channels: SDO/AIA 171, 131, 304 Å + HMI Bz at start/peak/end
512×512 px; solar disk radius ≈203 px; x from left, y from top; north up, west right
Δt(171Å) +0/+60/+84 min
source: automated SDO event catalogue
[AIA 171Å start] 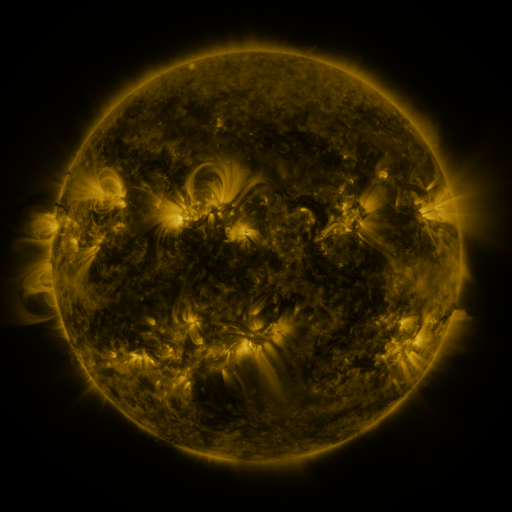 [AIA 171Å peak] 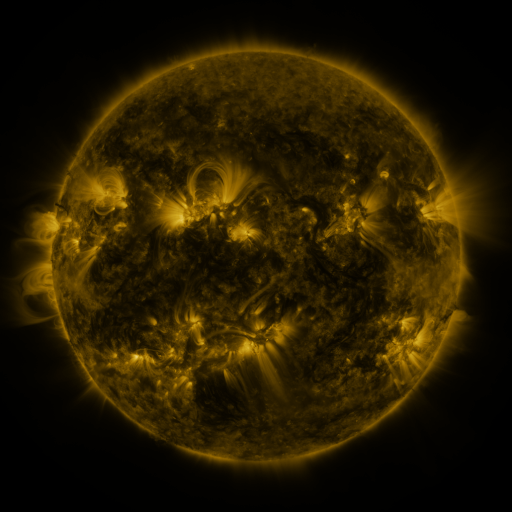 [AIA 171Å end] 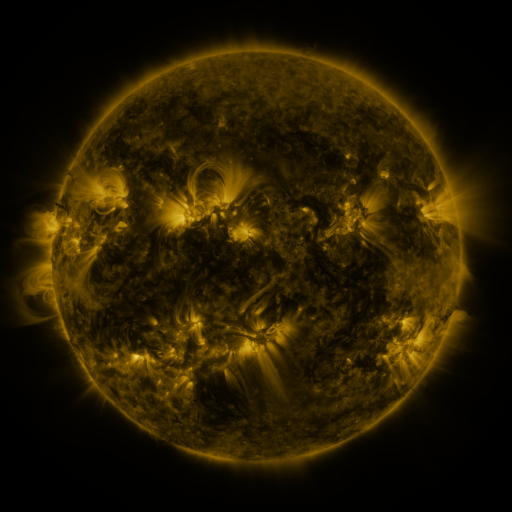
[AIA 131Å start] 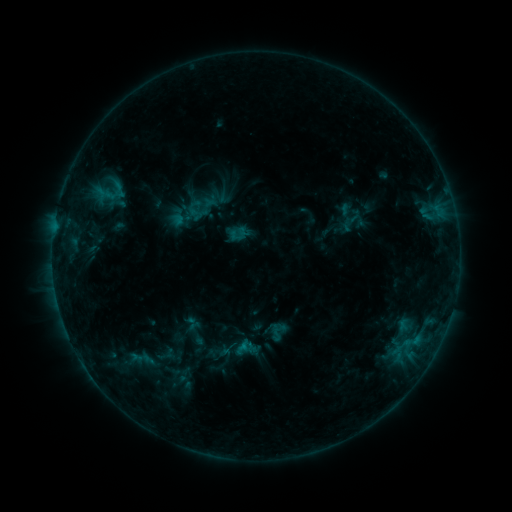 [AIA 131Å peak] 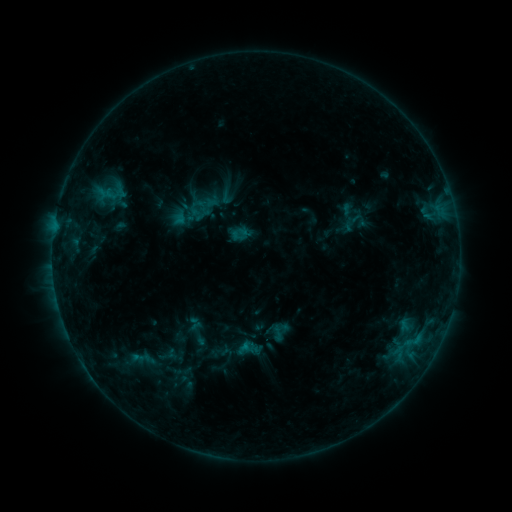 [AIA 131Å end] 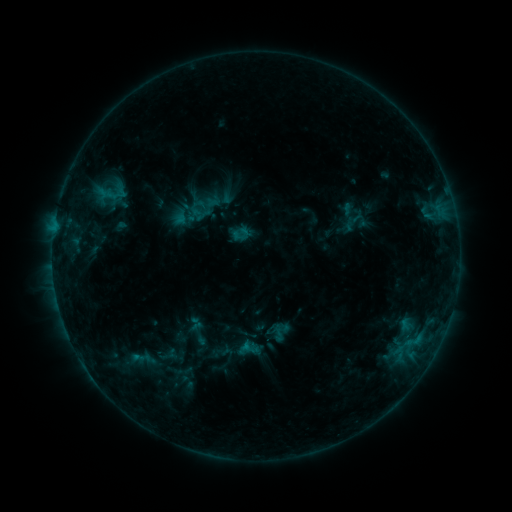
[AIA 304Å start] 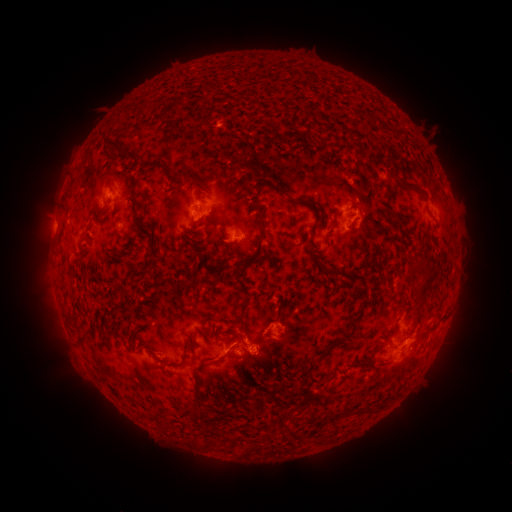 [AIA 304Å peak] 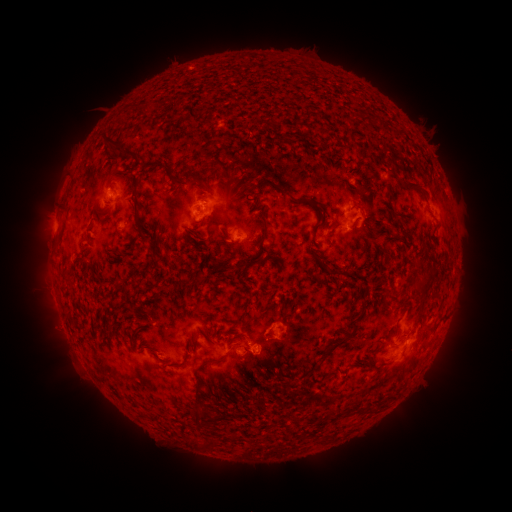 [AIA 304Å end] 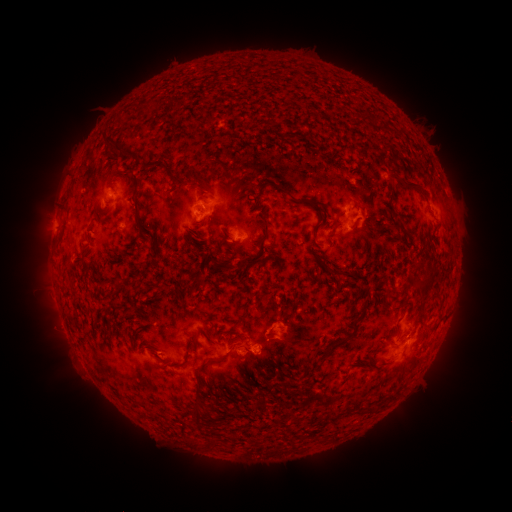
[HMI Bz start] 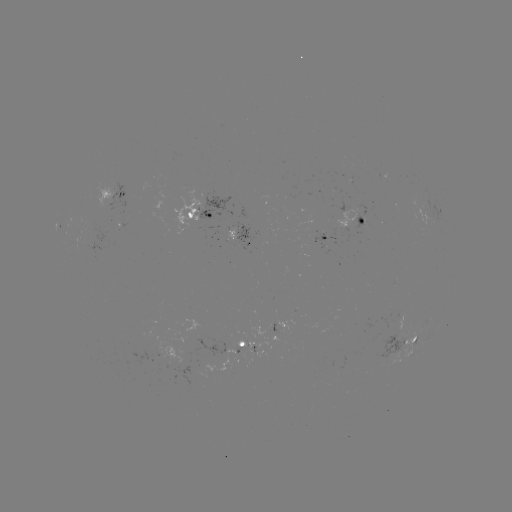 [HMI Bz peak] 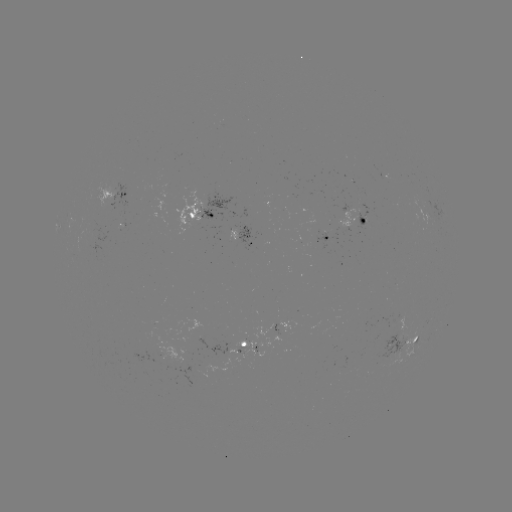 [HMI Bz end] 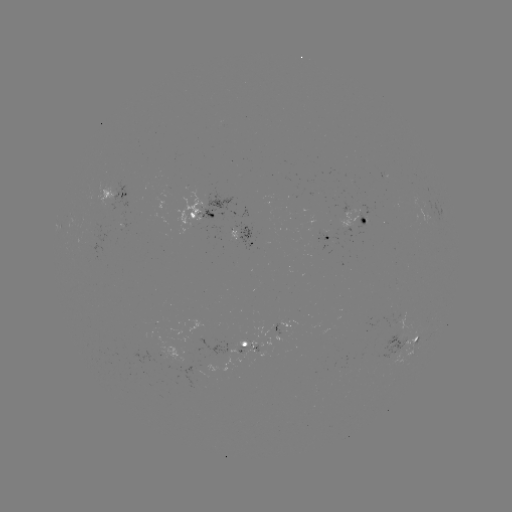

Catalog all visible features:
emerging-flux region: (227, 353)
